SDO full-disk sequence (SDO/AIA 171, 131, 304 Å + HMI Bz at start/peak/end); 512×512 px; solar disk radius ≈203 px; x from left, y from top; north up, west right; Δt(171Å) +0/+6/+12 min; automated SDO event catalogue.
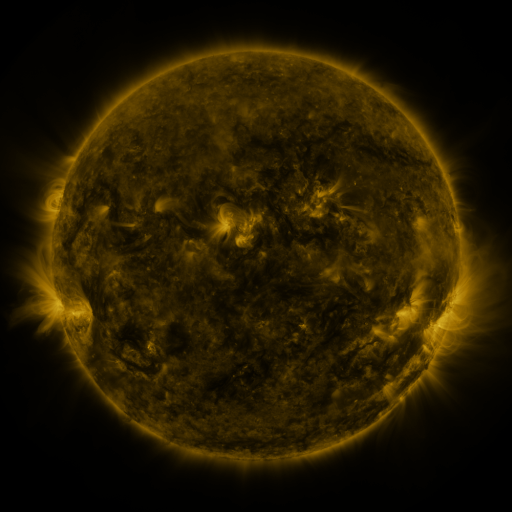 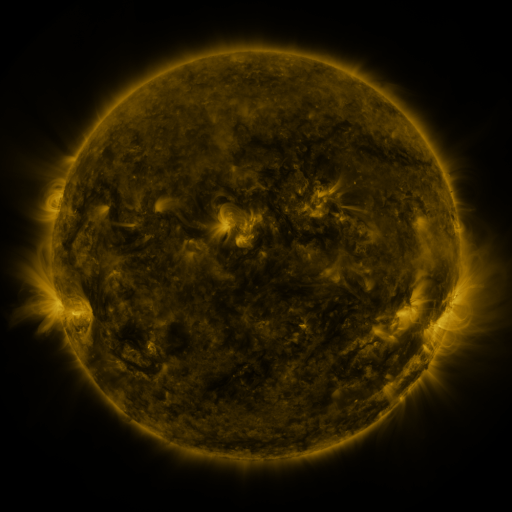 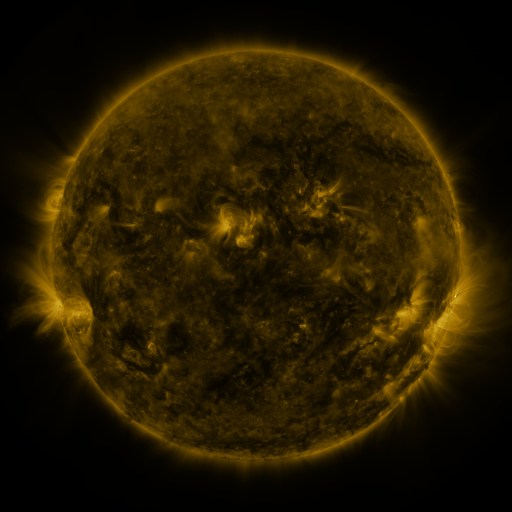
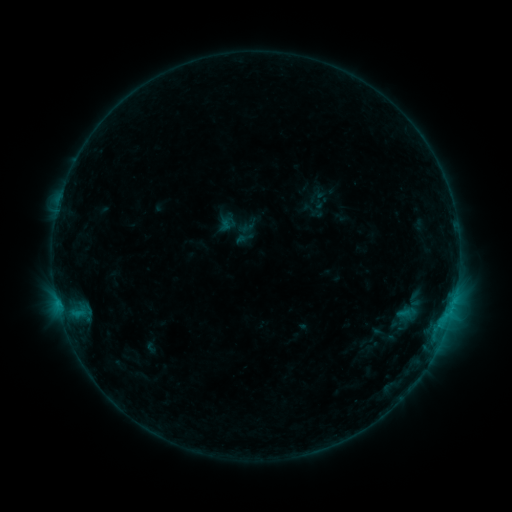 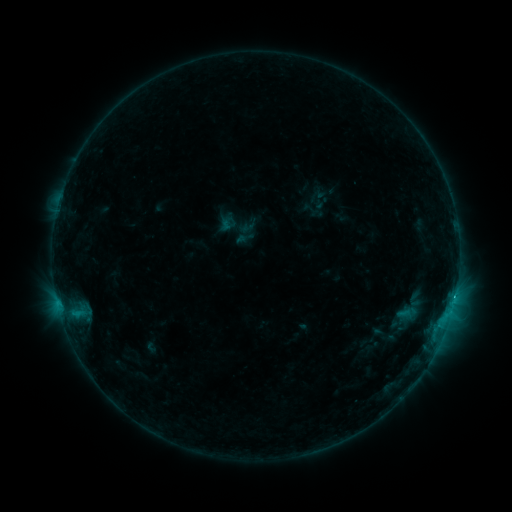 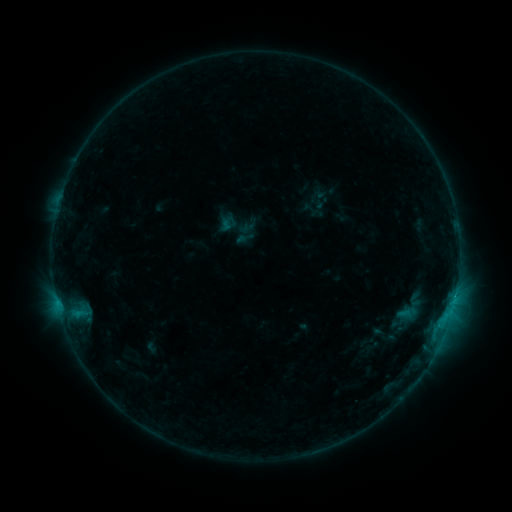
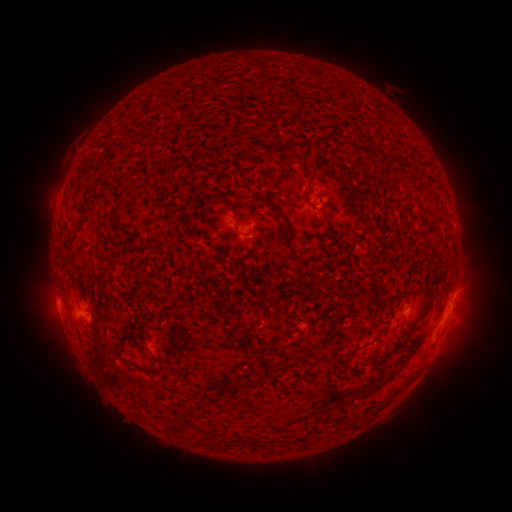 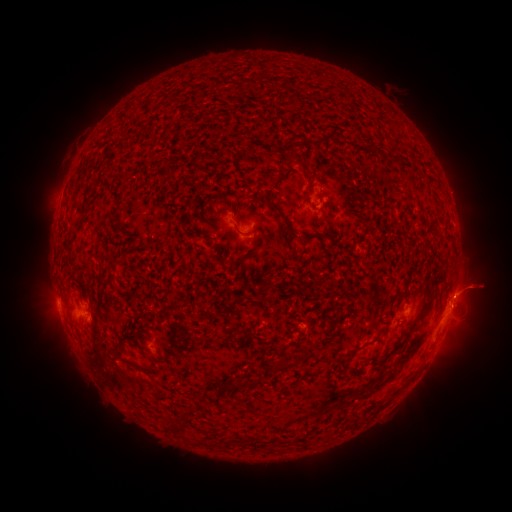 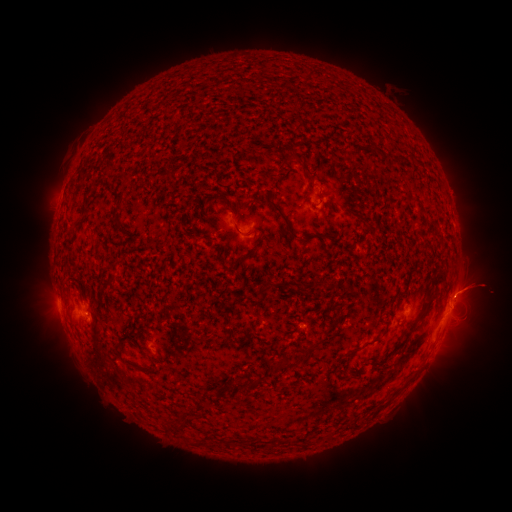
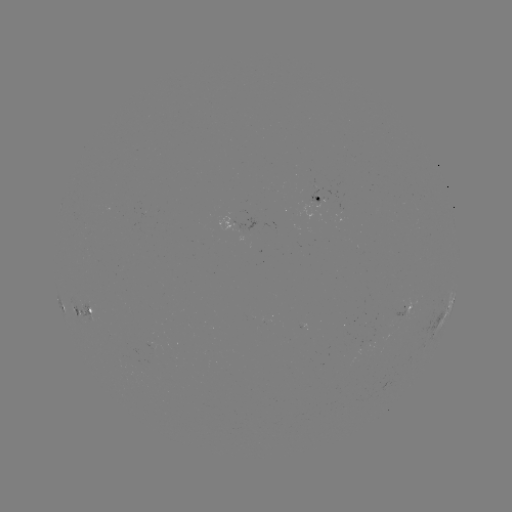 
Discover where eruption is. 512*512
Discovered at [482, 317].